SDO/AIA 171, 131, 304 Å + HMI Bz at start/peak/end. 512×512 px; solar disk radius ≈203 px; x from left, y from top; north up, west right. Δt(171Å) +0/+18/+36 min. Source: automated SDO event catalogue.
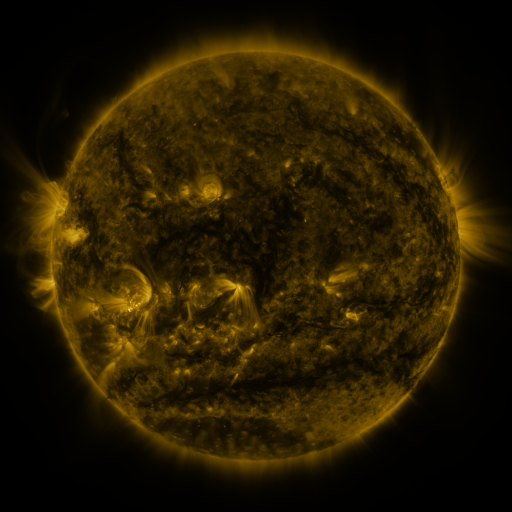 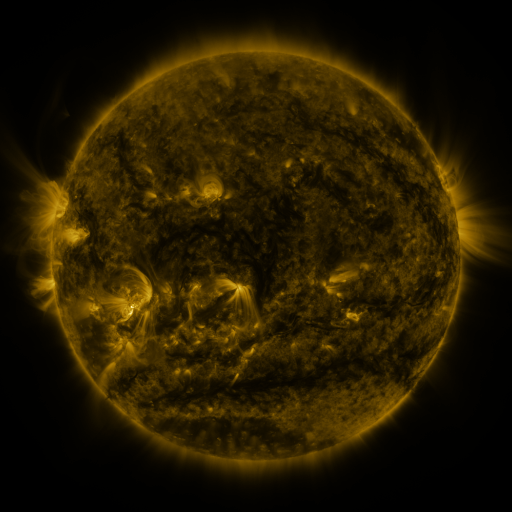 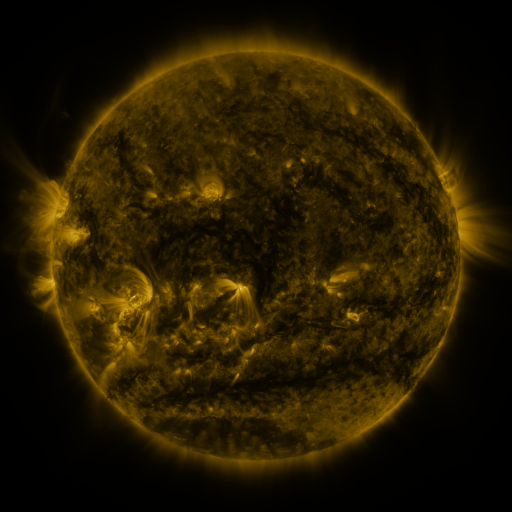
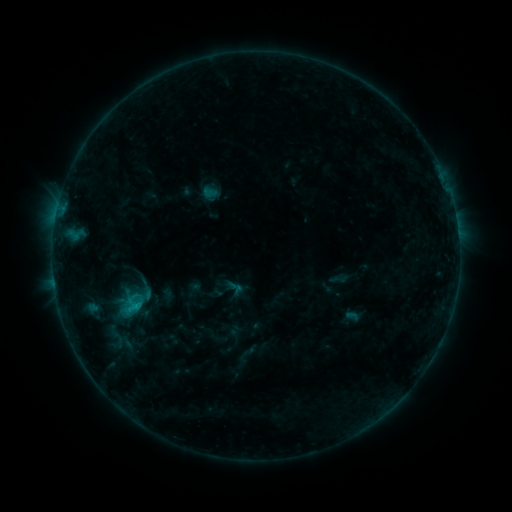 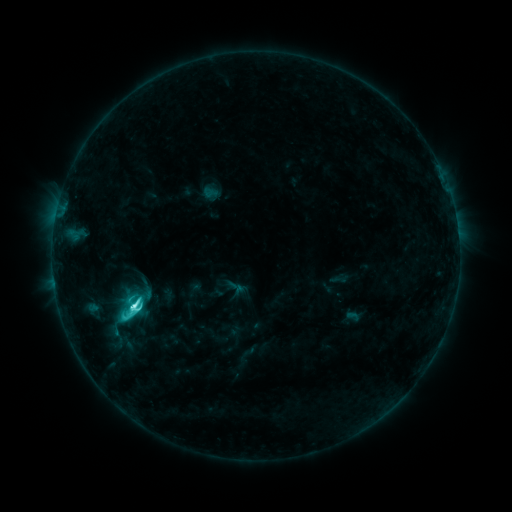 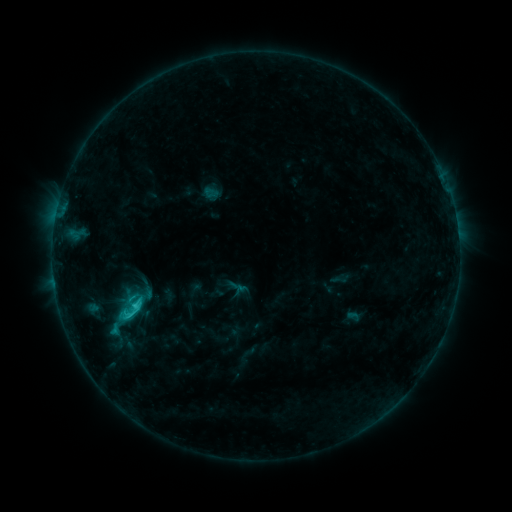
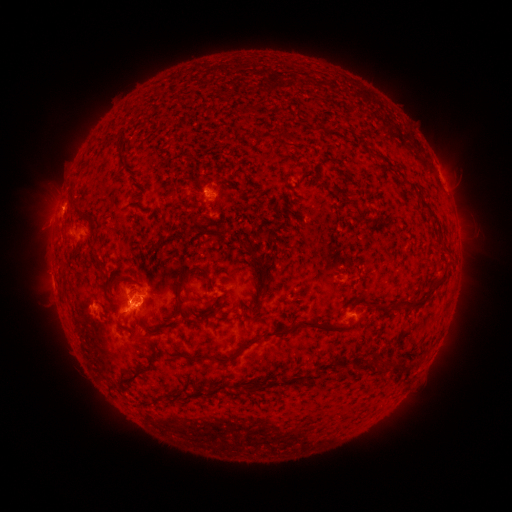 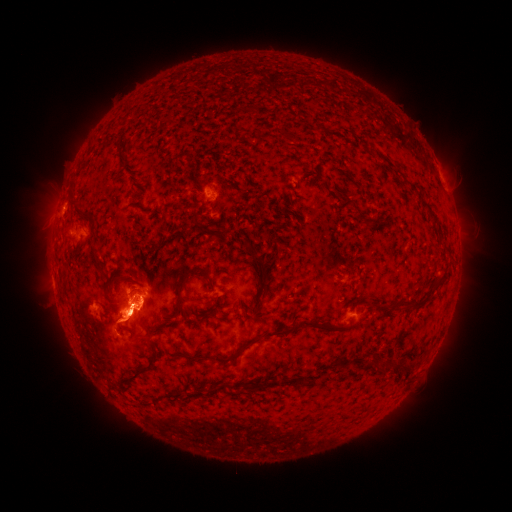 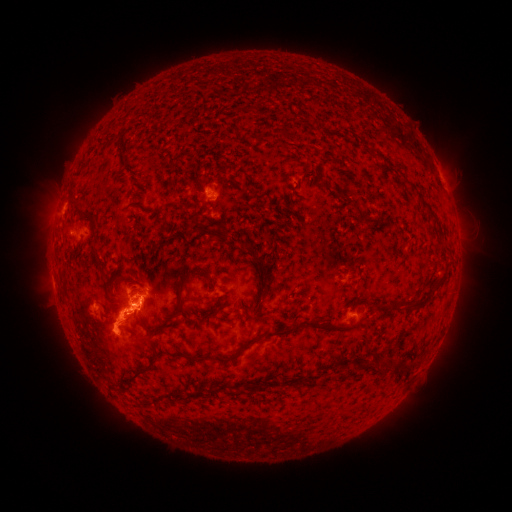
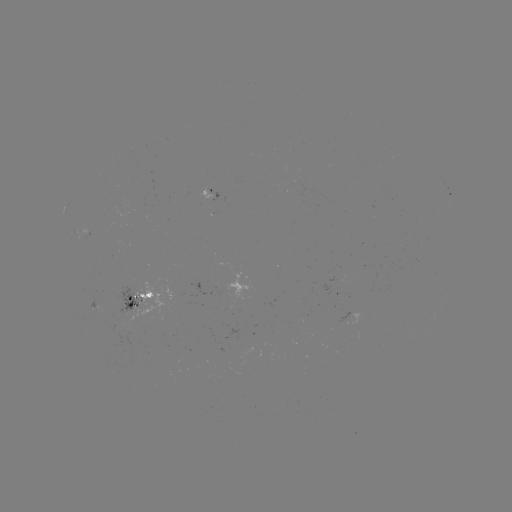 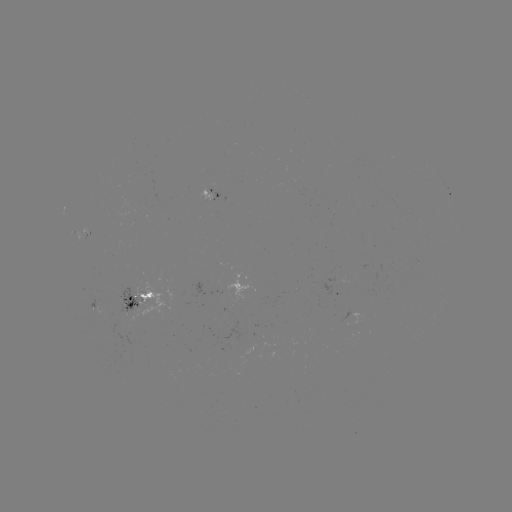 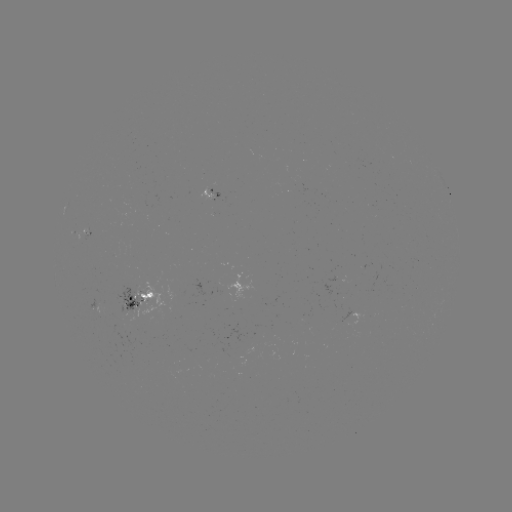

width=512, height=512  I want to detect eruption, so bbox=[73, 270, 201, 382].